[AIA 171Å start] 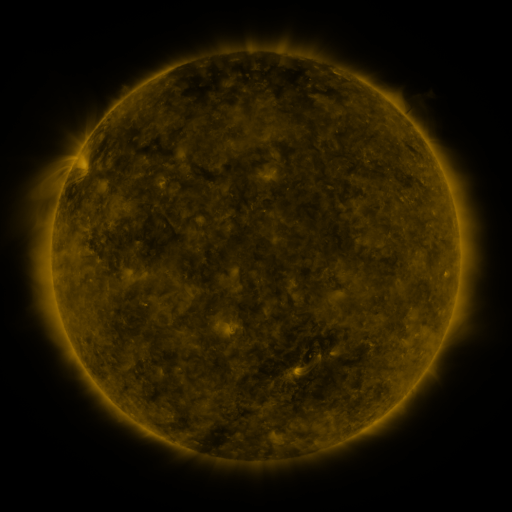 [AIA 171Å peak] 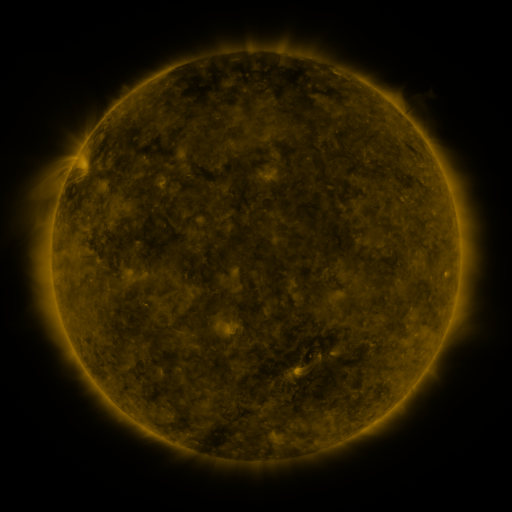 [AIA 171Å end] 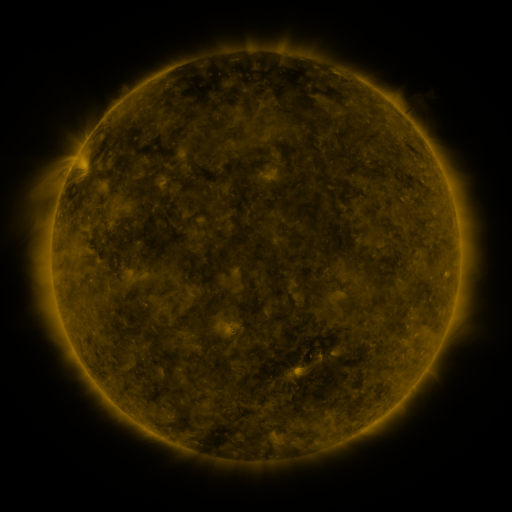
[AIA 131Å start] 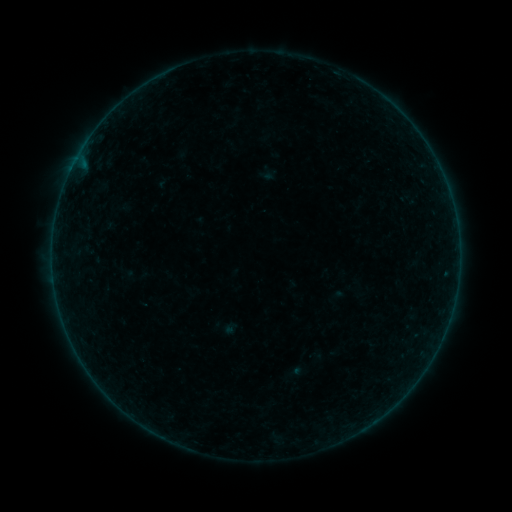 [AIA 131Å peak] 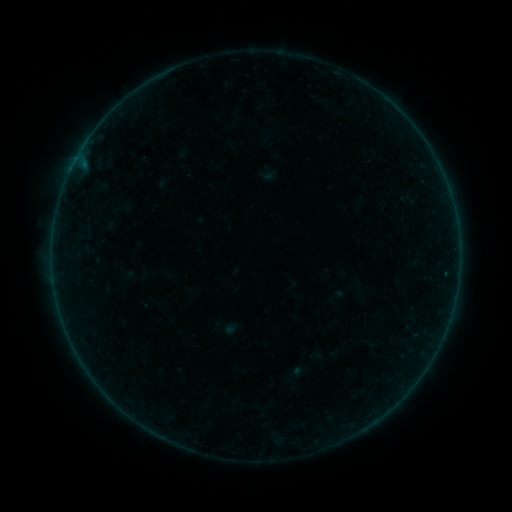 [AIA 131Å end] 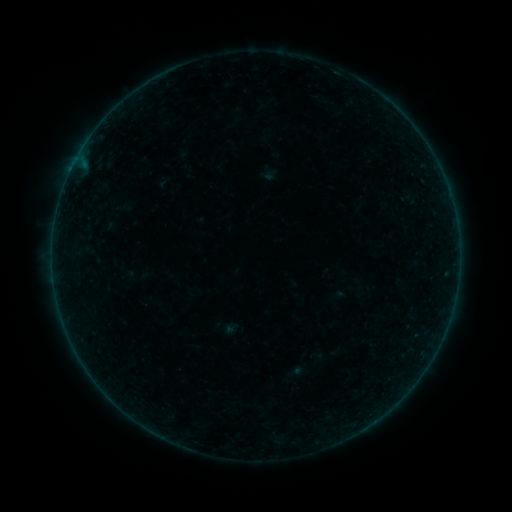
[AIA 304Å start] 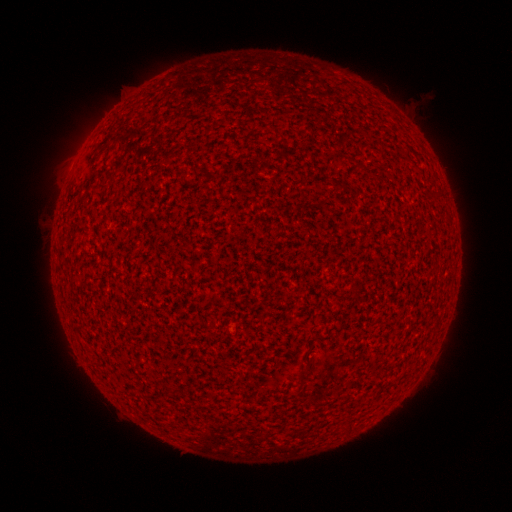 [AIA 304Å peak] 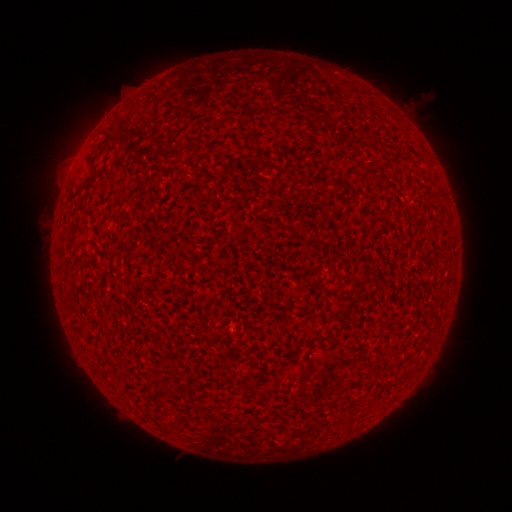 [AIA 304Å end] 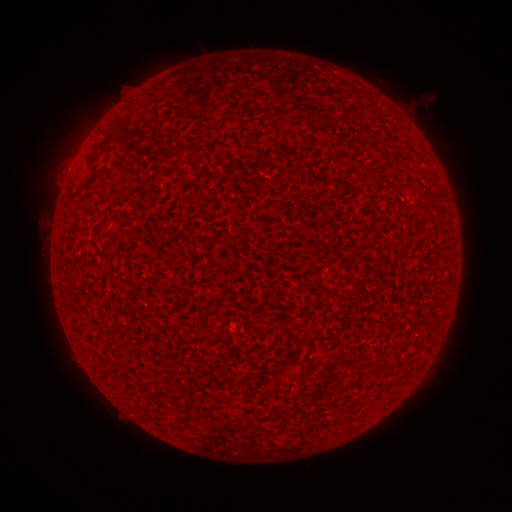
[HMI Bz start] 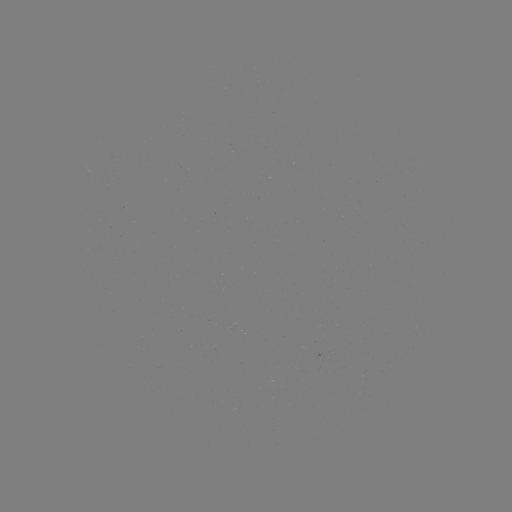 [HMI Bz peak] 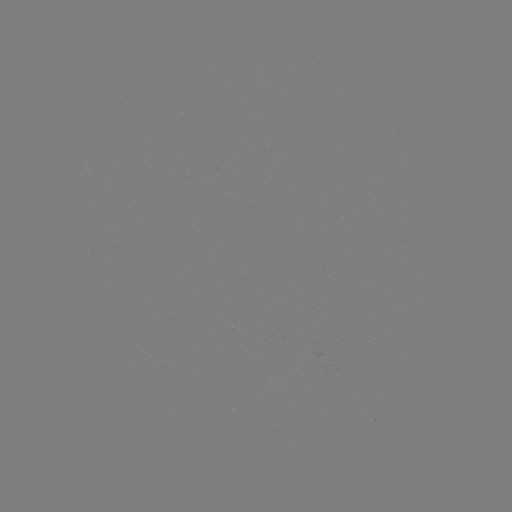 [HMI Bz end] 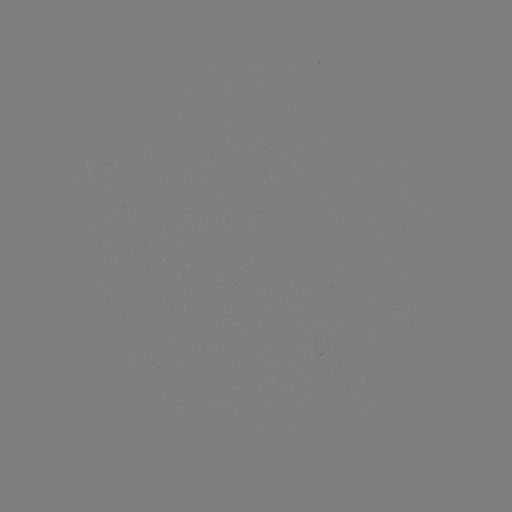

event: flare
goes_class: A1.9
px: (70, 175)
